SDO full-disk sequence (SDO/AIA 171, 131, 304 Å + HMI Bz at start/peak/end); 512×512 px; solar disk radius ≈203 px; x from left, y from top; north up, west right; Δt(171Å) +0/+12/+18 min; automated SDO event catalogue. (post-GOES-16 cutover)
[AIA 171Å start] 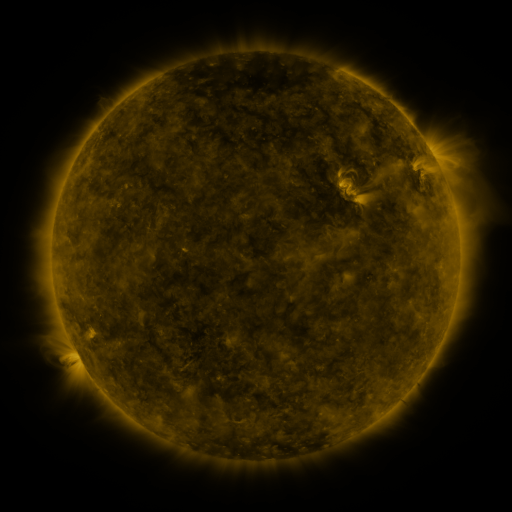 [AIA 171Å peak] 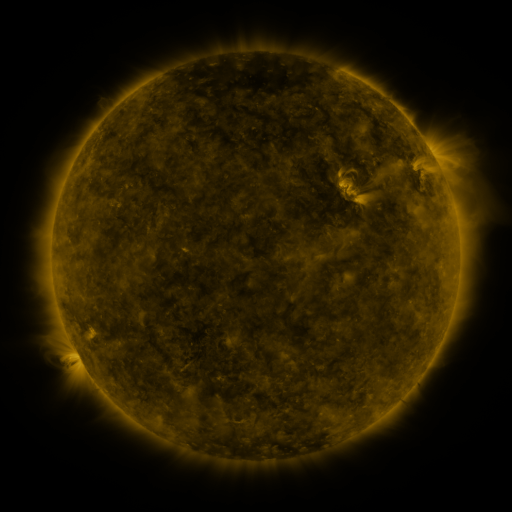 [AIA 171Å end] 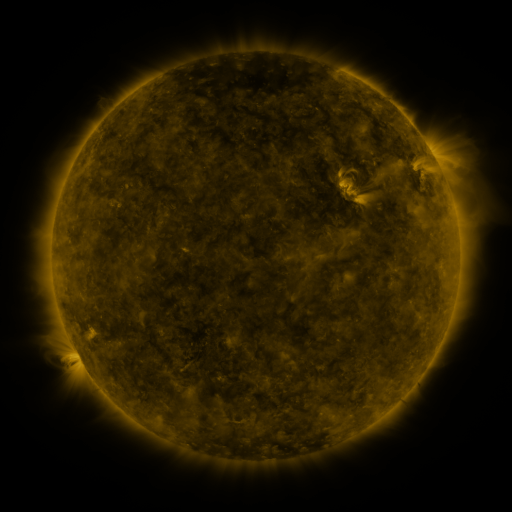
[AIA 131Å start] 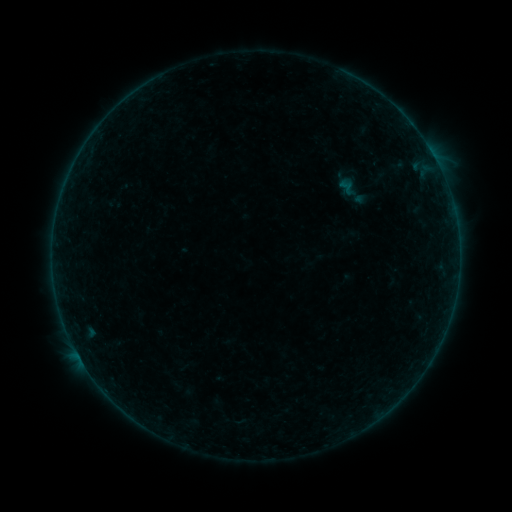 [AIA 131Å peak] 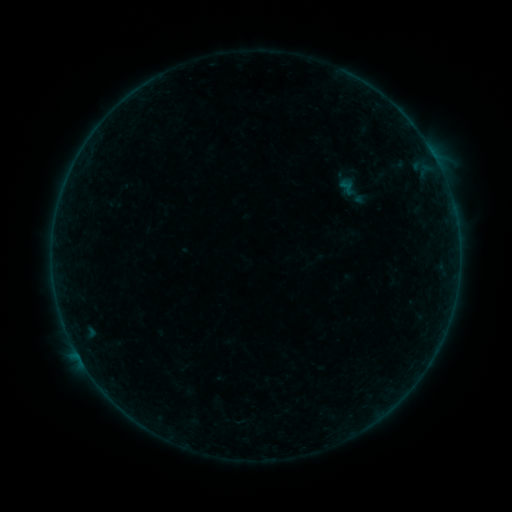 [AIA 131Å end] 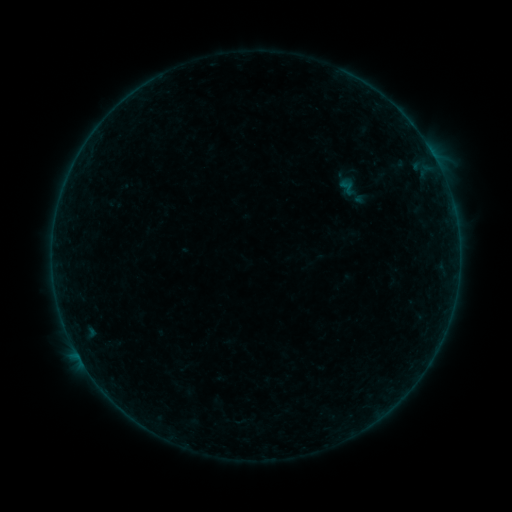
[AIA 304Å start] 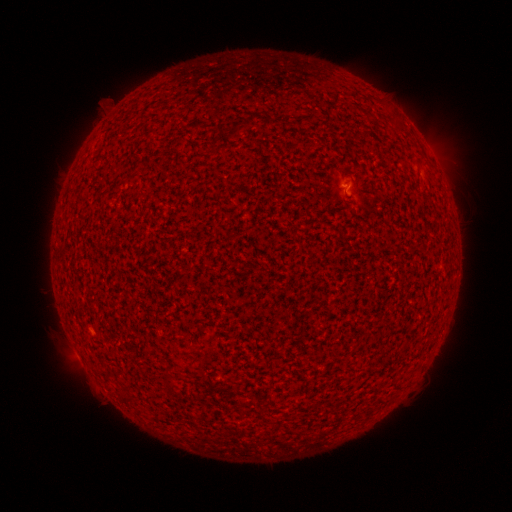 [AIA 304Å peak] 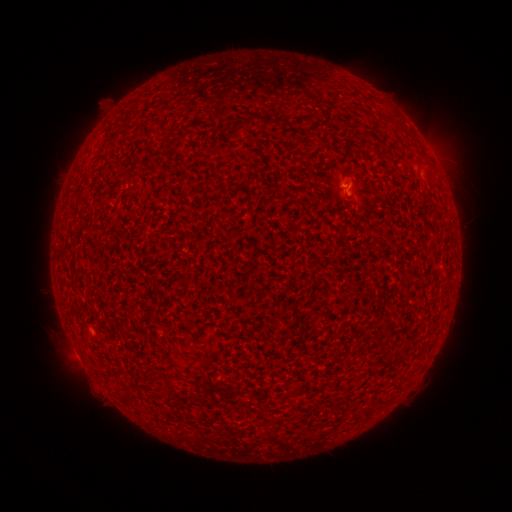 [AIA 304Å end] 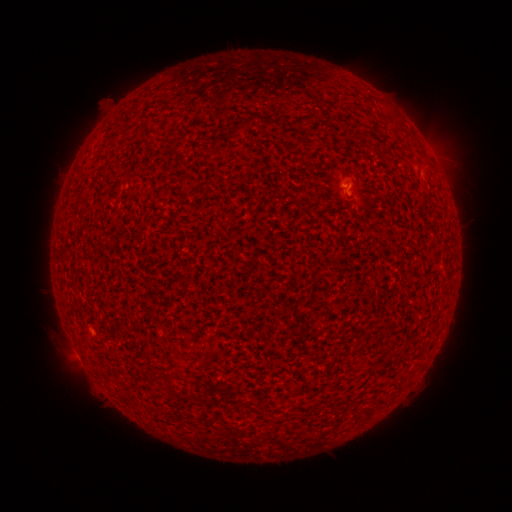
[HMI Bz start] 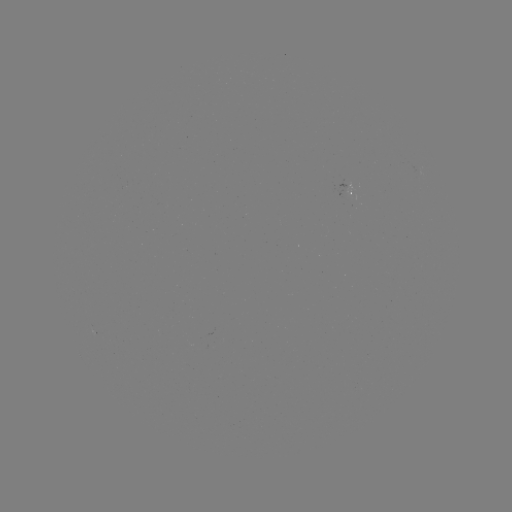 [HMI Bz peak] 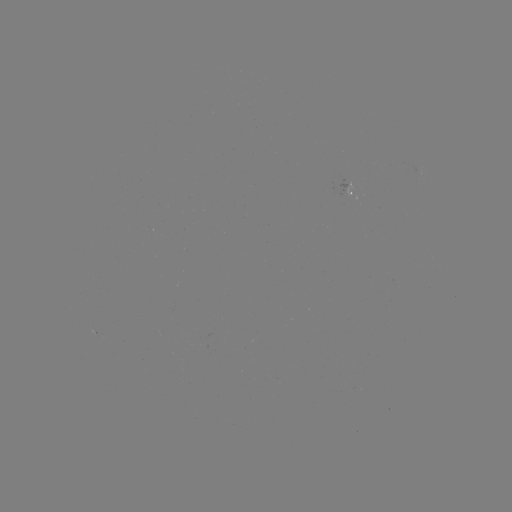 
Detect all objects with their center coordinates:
A5.5 flare: (345, 188)
